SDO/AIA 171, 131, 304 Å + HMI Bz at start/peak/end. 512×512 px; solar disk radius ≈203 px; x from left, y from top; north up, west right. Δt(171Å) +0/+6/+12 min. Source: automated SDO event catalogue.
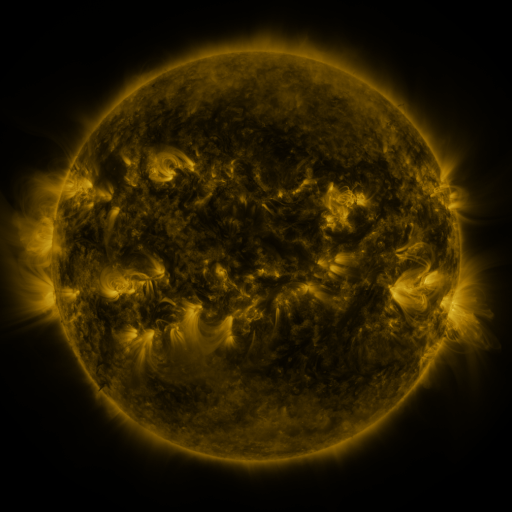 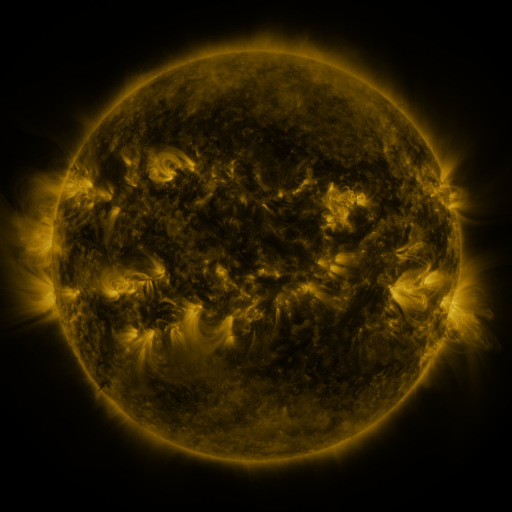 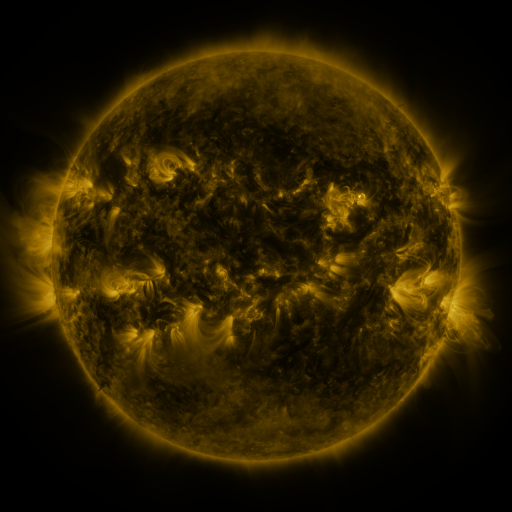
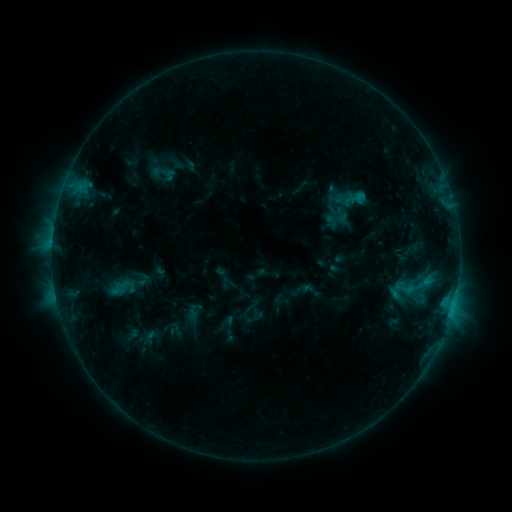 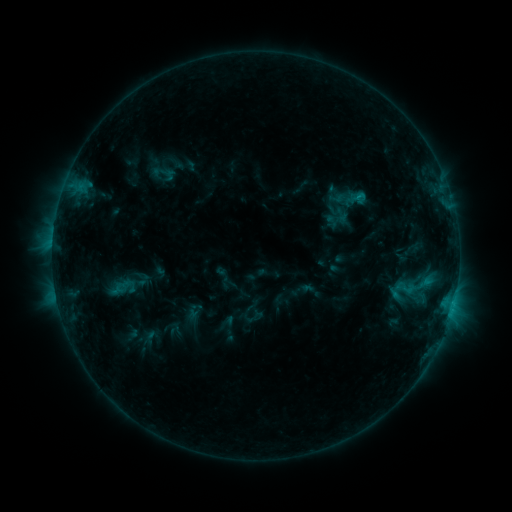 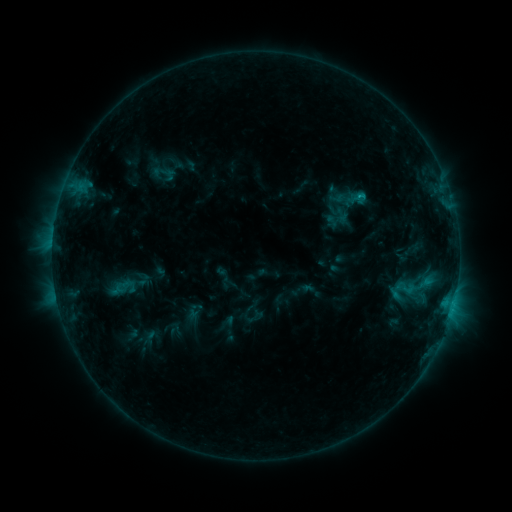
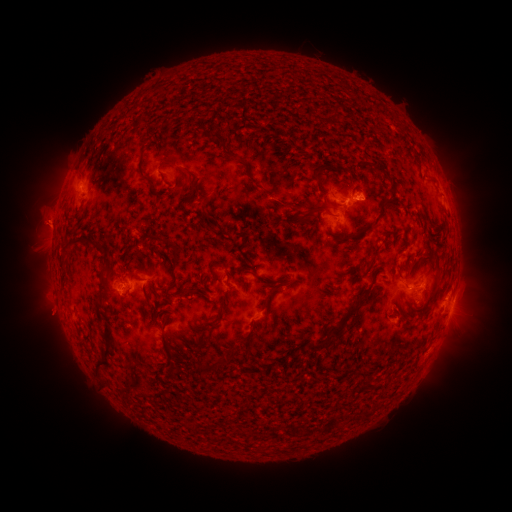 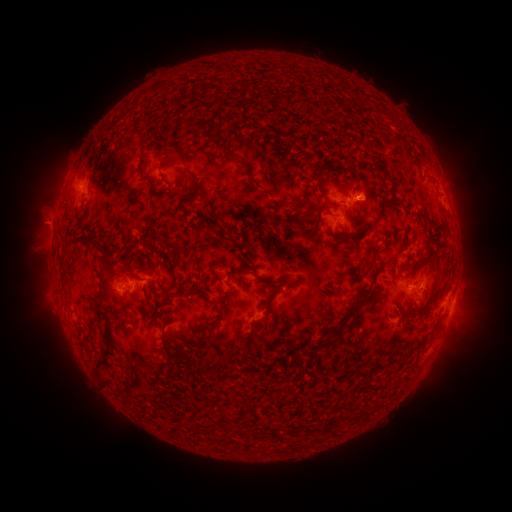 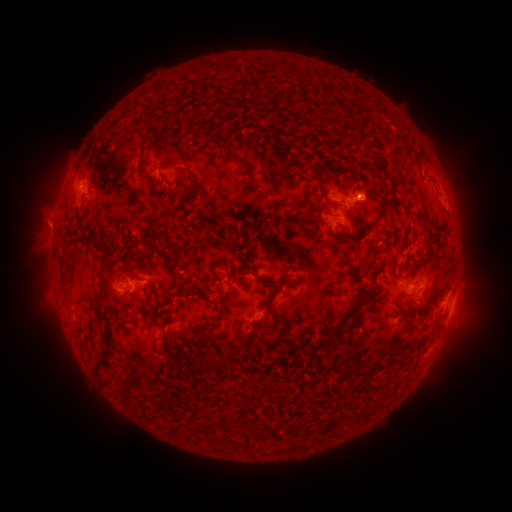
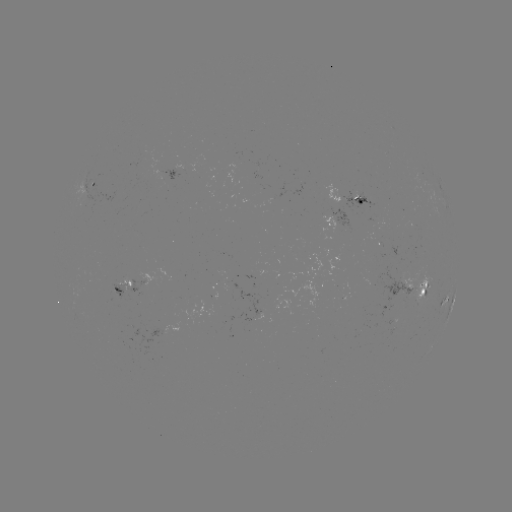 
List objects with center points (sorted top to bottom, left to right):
C1.0 flare: (453, 300)
